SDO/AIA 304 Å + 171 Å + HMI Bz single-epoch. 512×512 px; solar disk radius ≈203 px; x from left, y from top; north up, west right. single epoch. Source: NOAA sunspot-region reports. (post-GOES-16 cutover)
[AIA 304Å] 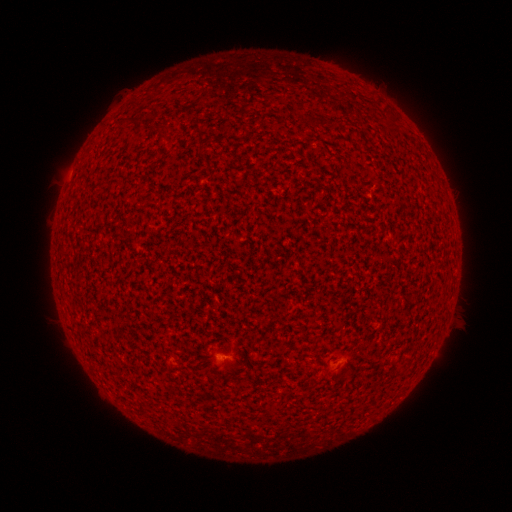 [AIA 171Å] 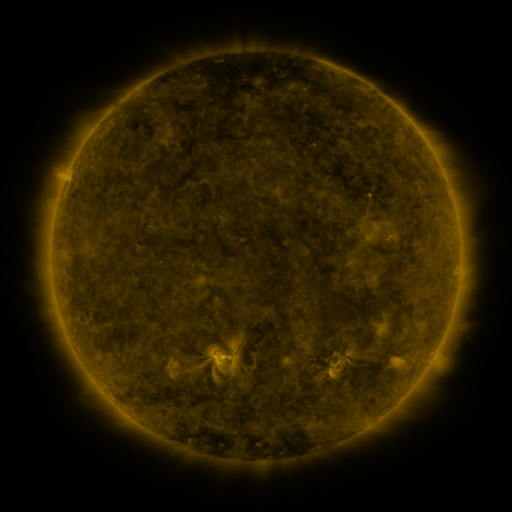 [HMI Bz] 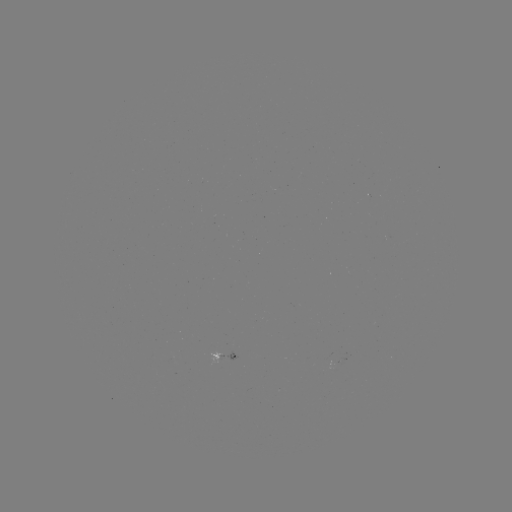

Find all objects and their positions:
spotted active region: (346, 355)
spotted active region: (226, 358)
